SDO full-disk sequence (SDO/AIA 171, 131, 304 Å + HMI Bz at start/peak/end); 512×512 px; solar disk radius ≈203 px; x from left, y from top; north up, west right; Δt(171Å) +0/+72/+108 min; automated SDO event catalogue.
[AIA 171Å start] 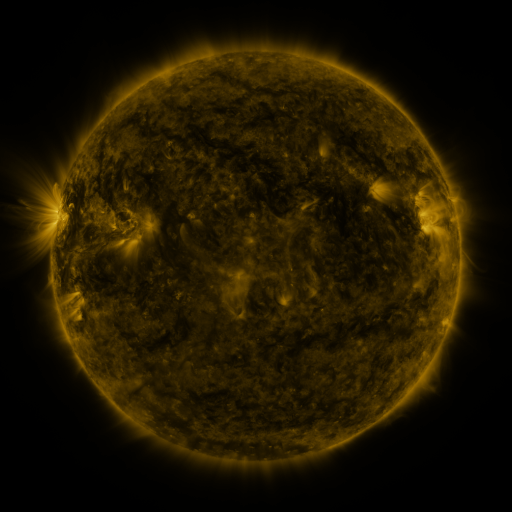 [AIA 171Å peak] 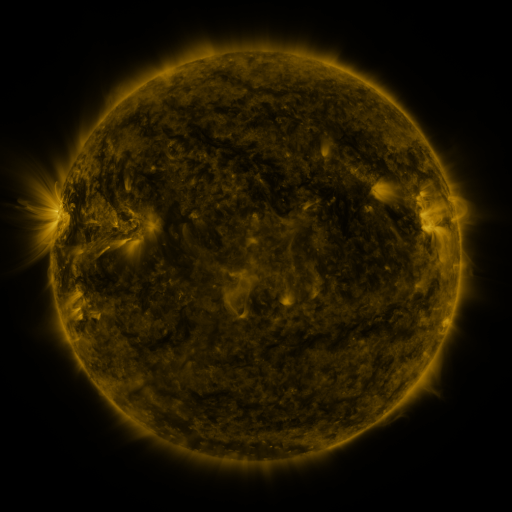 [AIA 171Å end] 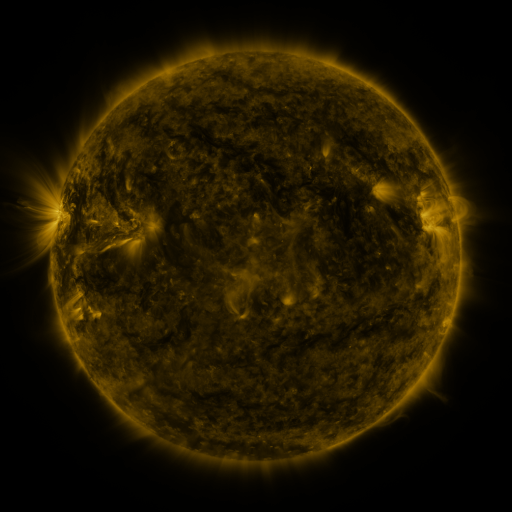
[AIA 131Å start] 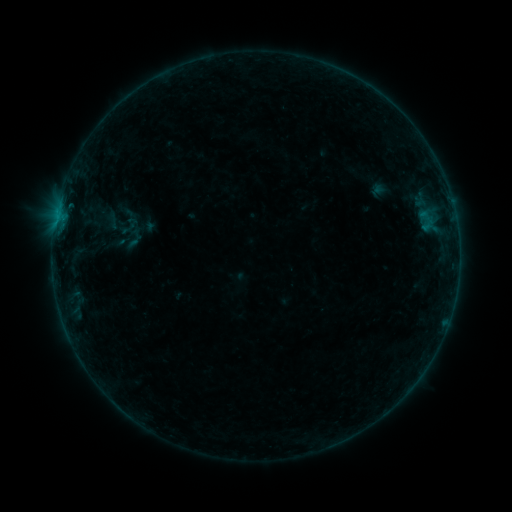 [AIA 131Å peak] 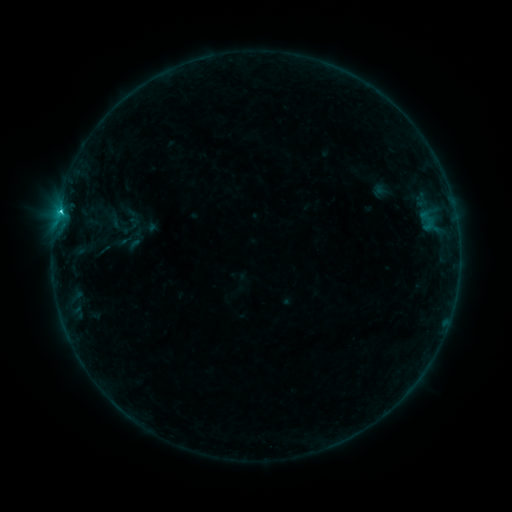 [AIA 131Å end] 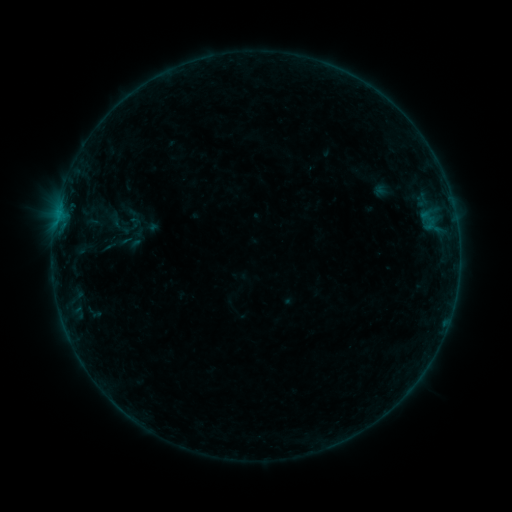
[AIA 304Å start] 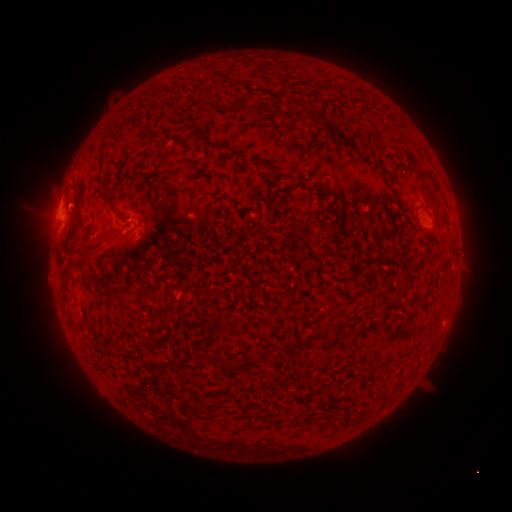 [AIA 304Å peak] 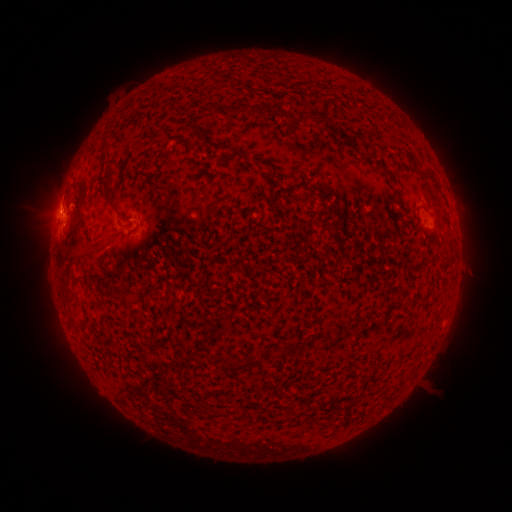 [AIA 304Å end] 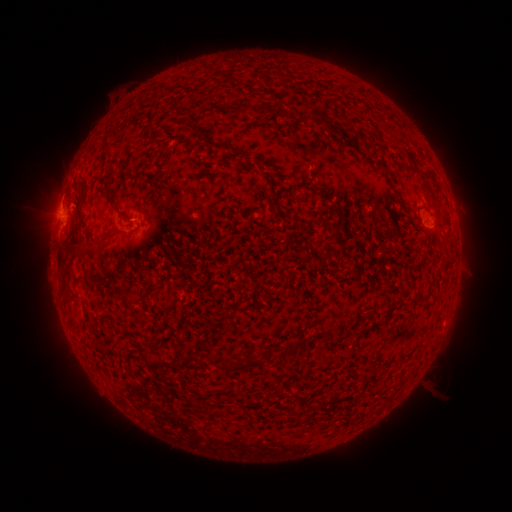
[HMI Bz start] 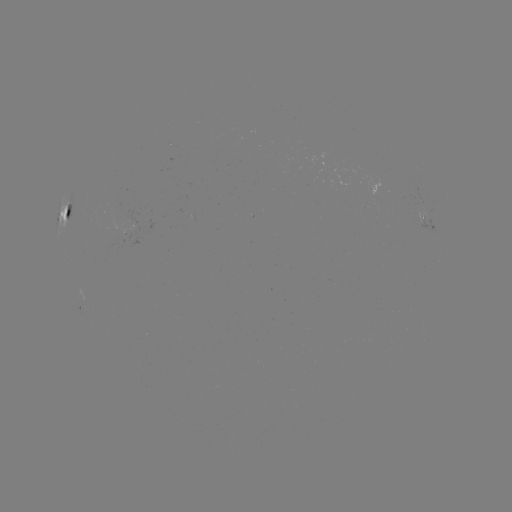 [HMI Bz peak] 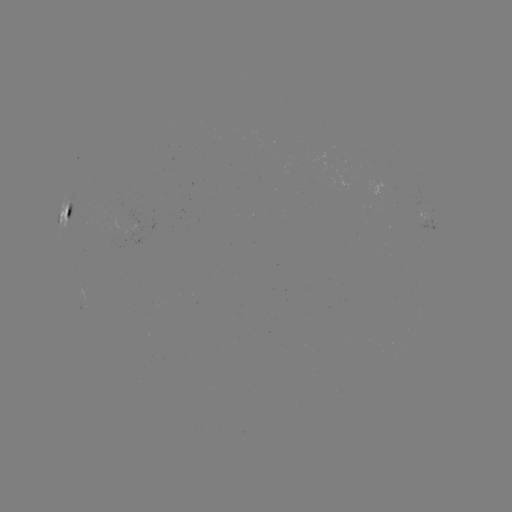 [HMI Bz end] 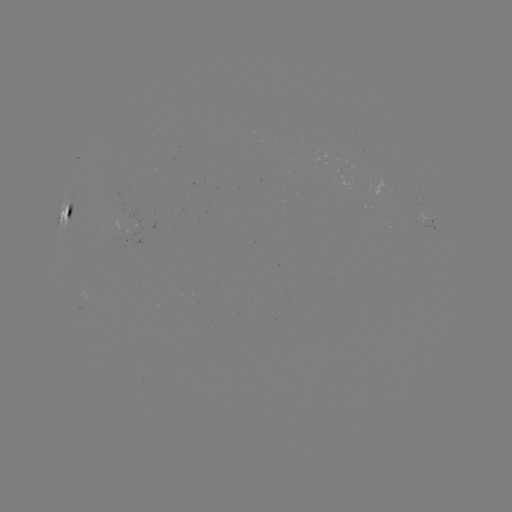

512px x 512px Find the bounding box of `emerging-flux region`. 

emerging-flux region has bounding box [129, 227, 144, 245].